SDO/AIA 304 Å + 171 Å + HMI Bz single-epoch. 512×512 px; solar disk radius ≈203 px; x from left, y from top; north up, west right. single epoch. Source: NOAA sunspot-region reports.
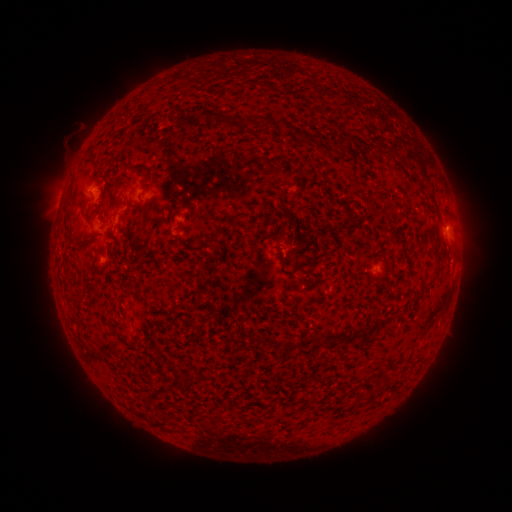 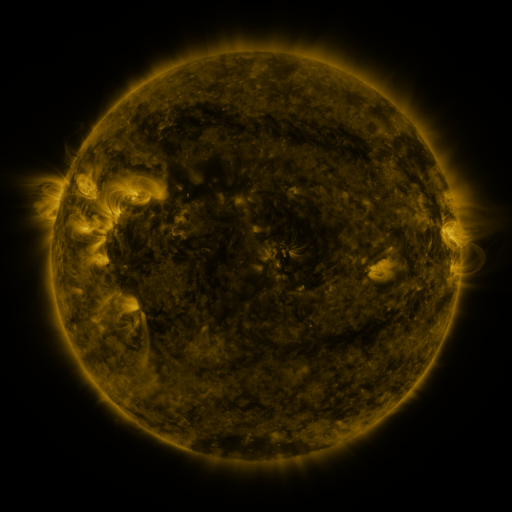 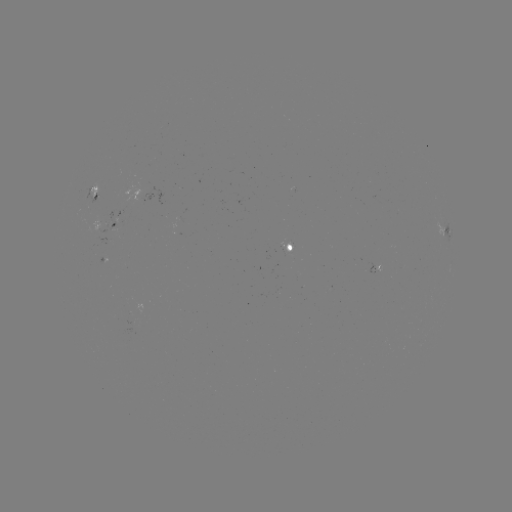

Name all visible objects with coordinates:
spotted active region: (94, 194)
spotted active region: (112, 223)
spotted active region: (443, 228)
spotted active region: (291, 247)
spotted active region: (374, 267)
